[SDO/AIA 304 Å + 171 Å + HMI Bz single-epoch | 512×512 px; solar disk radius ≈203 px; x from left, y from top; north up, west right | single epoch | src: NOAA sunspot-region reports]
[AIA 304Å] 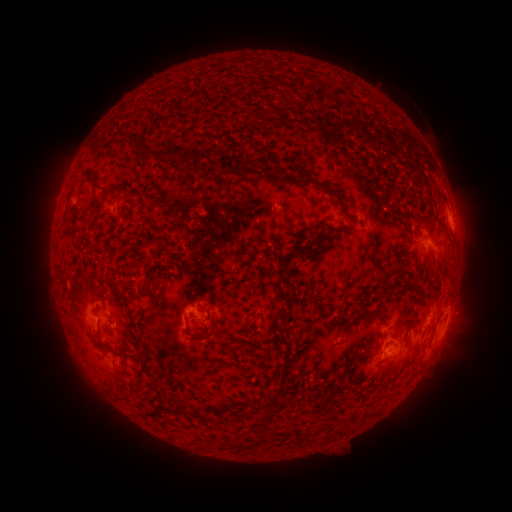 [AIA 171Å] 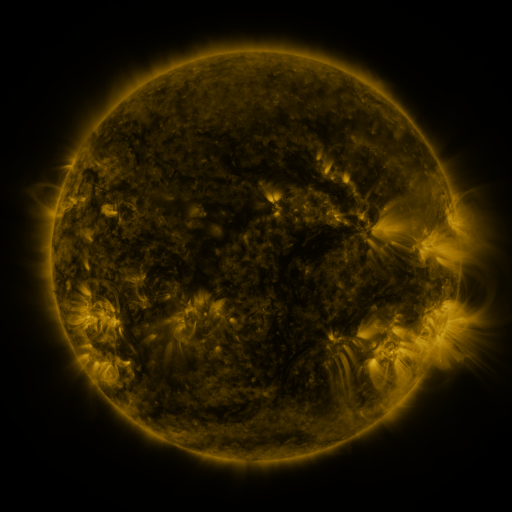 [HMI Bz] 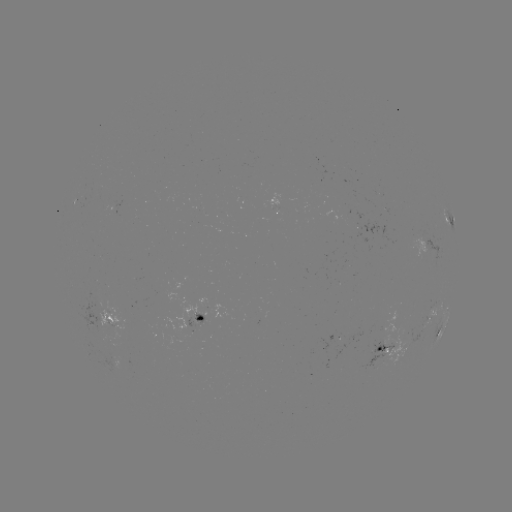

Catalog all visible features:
spotted active region: (449, 219)
spotted active region: (201, 316)
spotted active region: (108, 317)
spotted active region: (430, 318)
spotted active region: (440, 333)
spotted active region: (385, 350)
